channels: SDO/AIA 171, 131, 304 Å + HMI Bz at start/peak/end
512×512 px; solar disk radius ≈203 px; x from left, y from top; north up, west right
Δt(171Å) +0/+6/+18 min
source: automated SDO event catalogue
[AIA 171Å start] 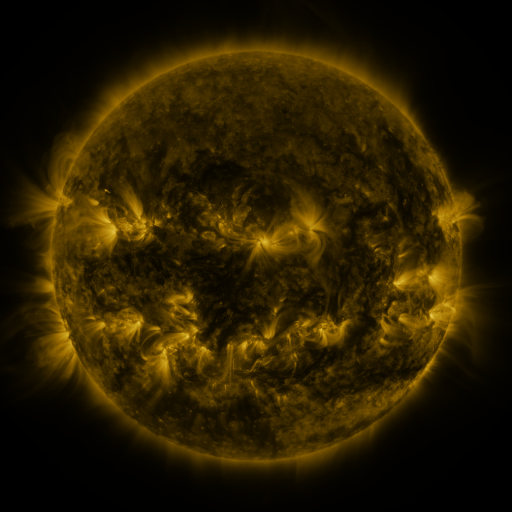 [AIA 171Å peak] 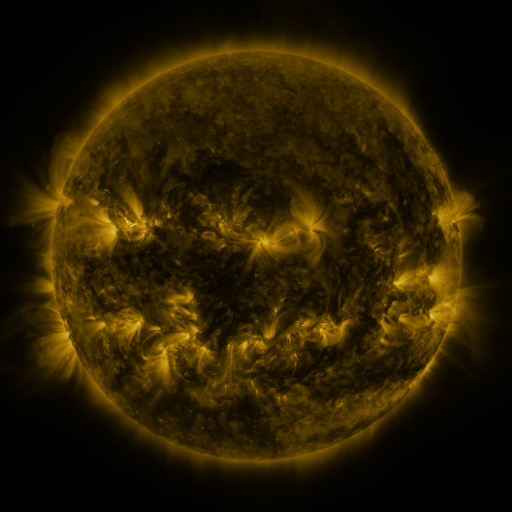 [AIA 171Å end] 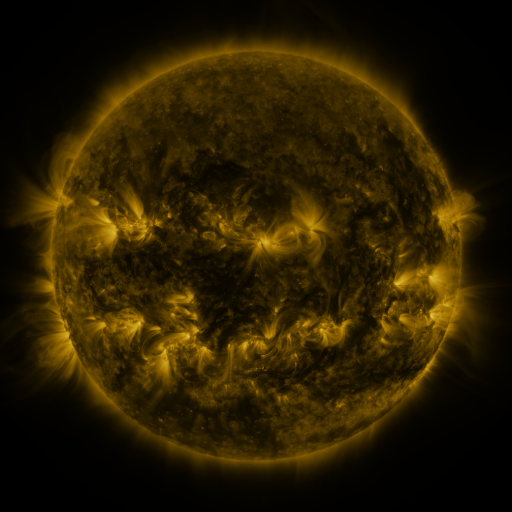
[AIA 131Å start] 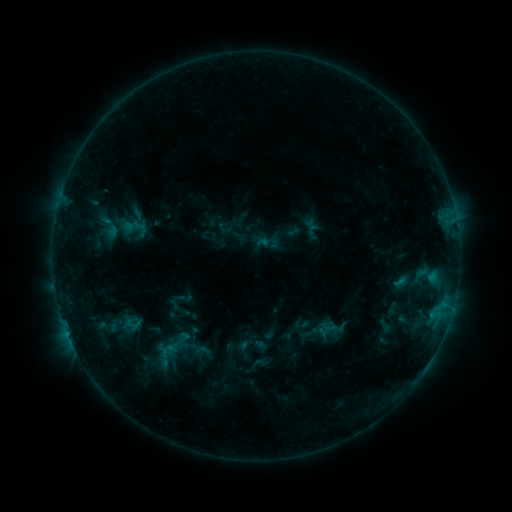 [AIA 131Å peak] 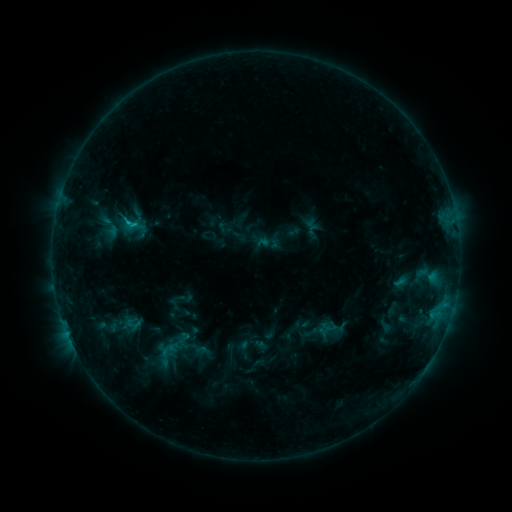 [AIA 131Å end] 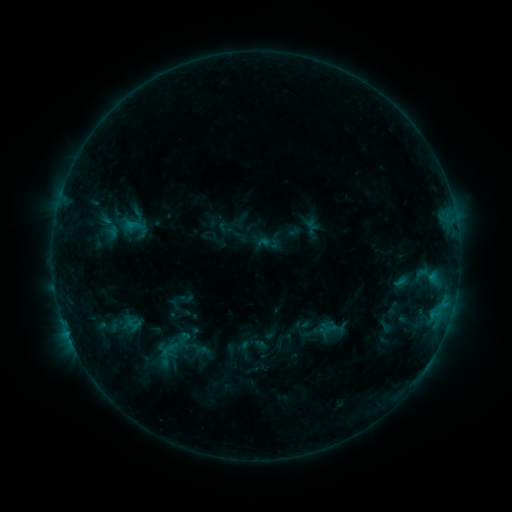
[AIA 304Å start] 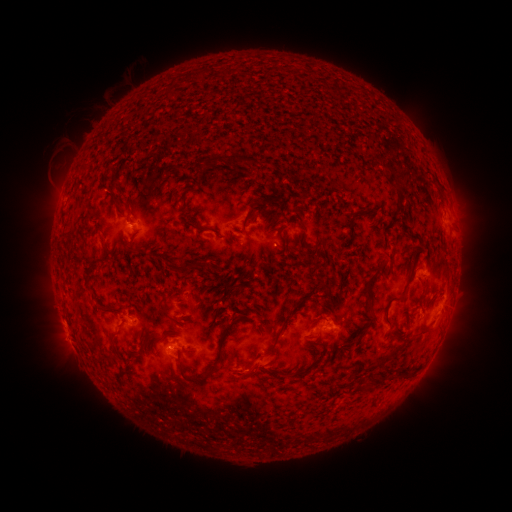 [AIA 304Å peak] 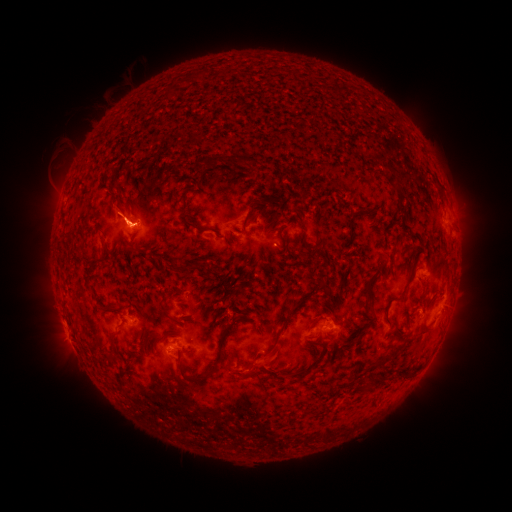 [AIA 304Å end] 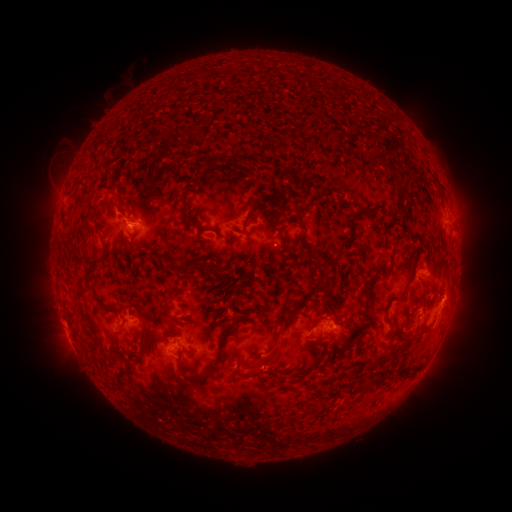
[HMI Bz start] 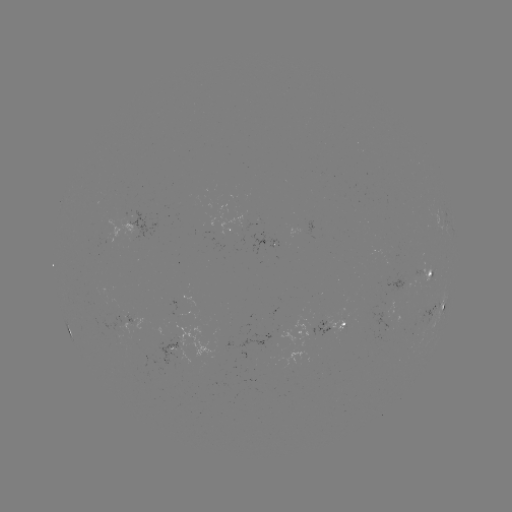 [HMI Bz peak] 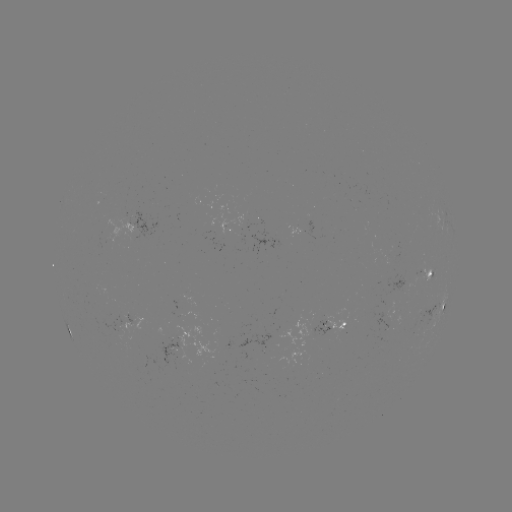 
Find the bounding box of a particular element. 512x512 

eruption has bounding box [91, 183, 161, 262].